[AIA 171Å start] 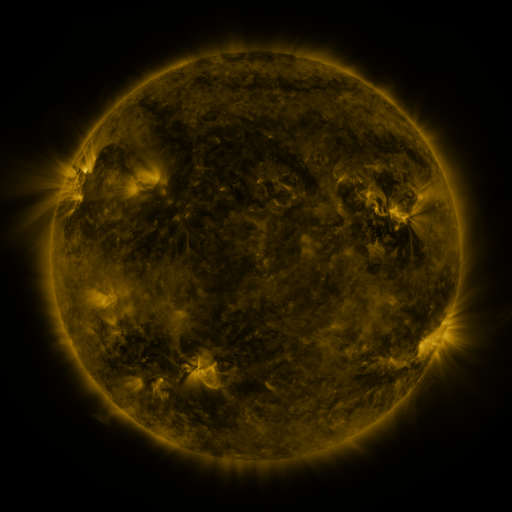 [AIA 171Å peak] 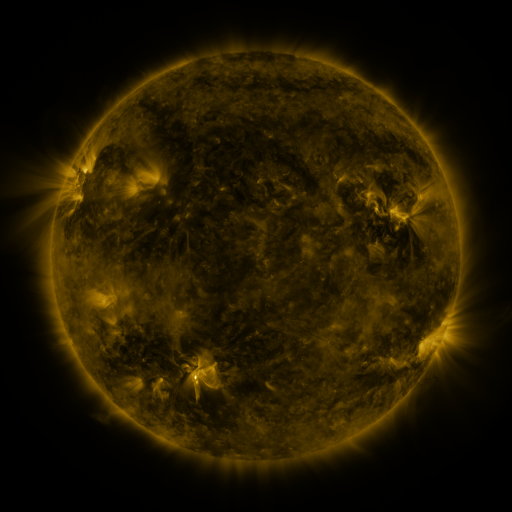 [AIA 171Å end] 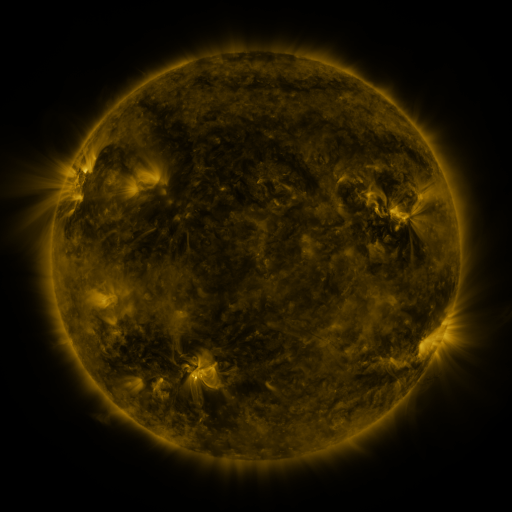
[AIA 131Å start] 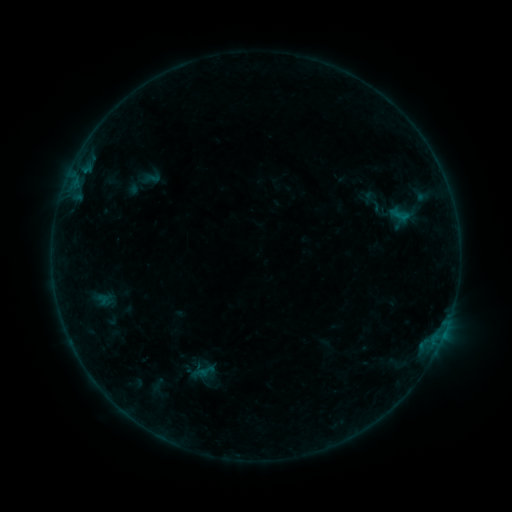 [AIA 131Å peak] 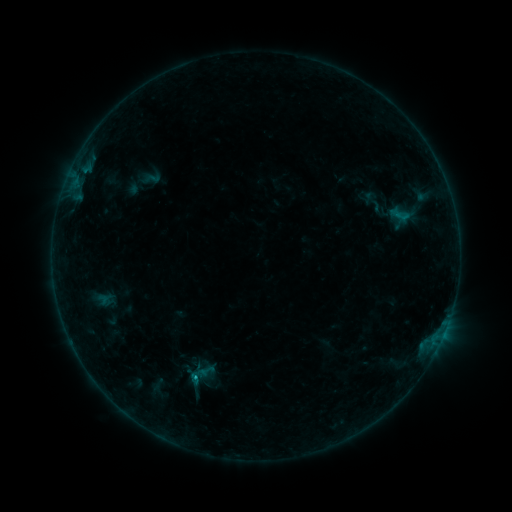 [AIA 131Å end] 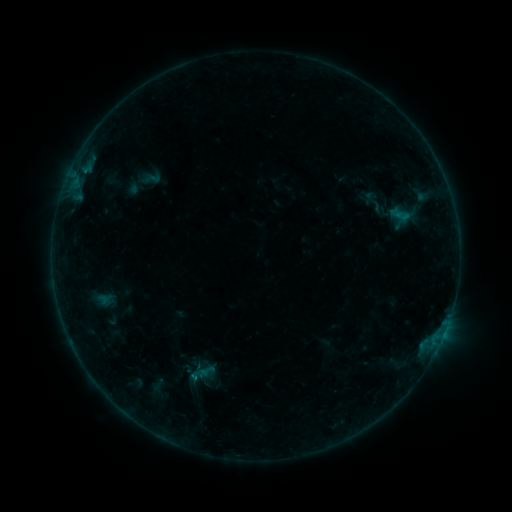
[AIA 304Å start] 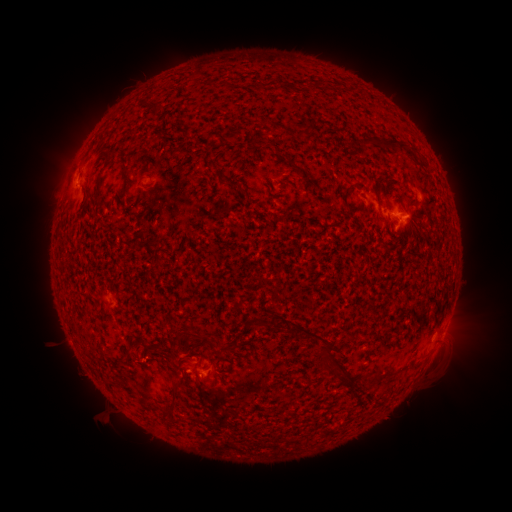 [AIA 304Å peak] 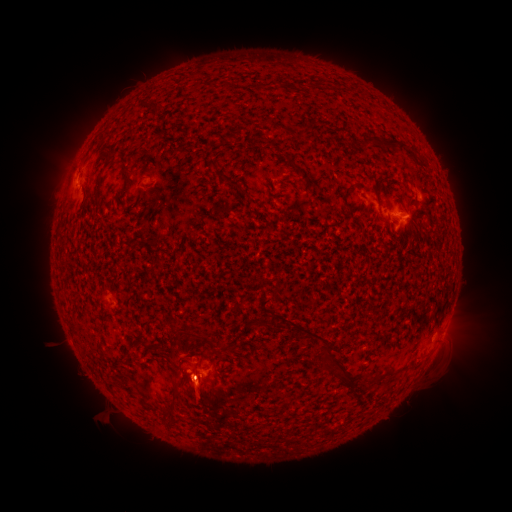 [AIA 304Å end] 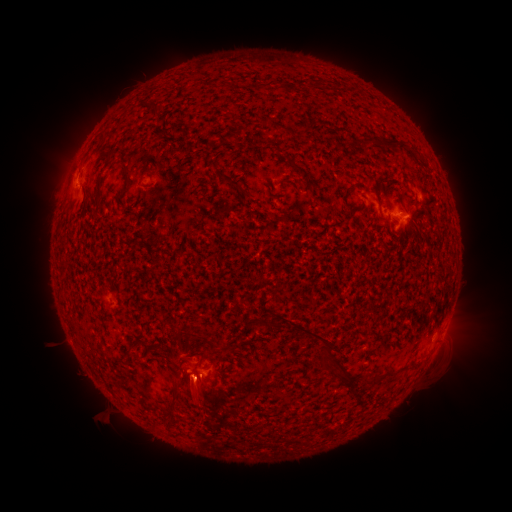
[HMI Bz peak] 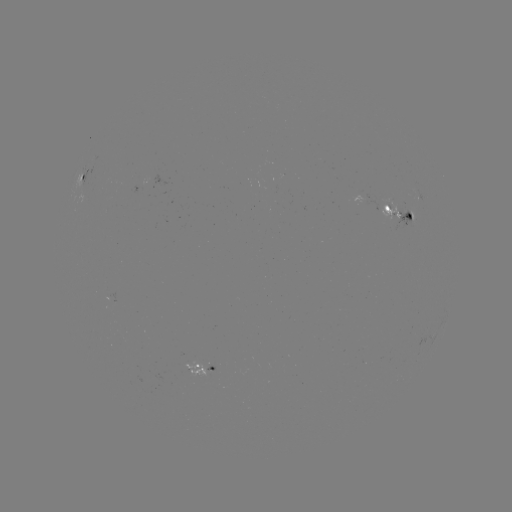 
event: flare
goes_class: B7.8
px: (198, 377)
